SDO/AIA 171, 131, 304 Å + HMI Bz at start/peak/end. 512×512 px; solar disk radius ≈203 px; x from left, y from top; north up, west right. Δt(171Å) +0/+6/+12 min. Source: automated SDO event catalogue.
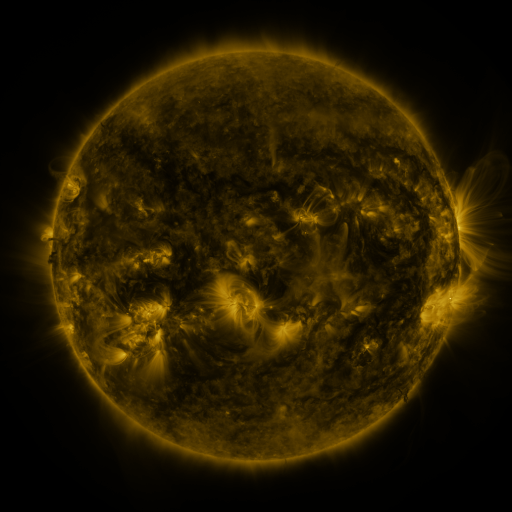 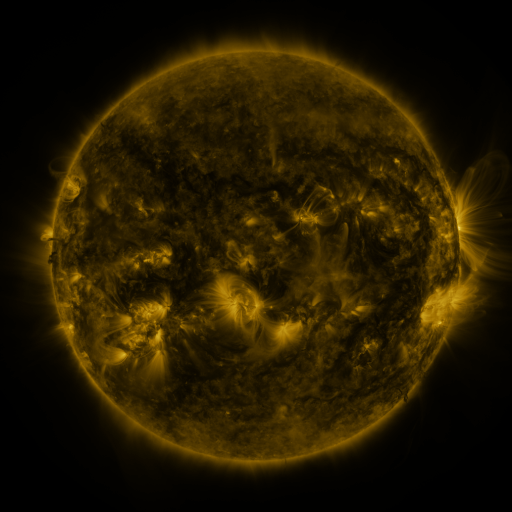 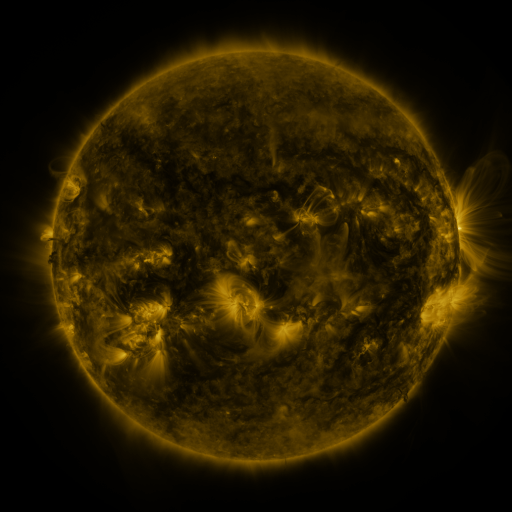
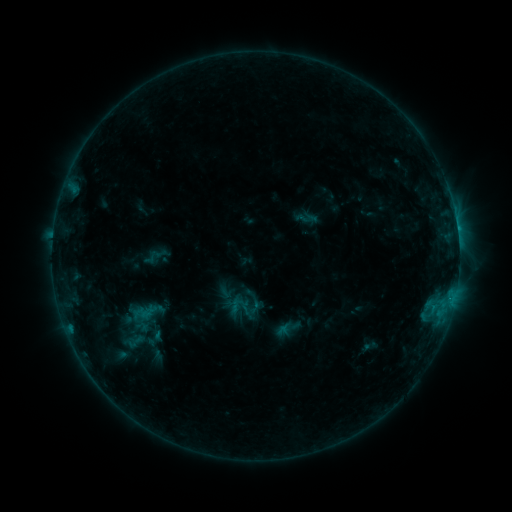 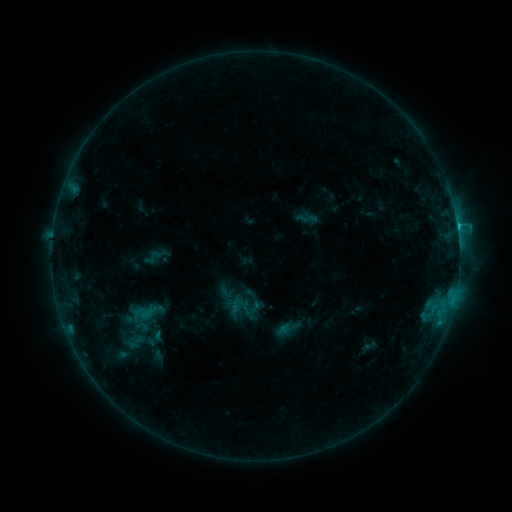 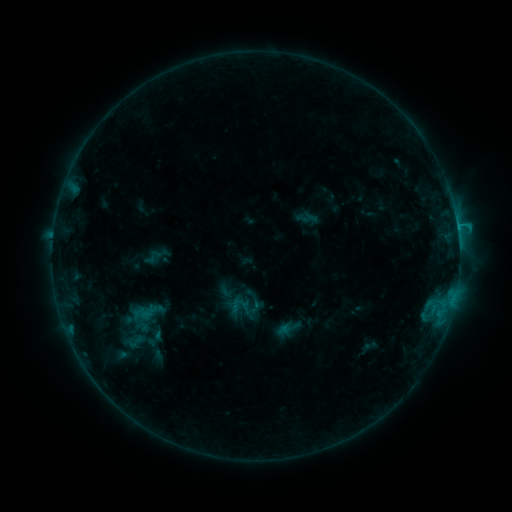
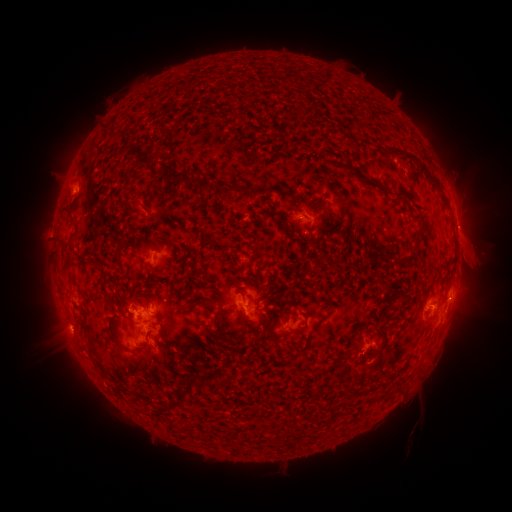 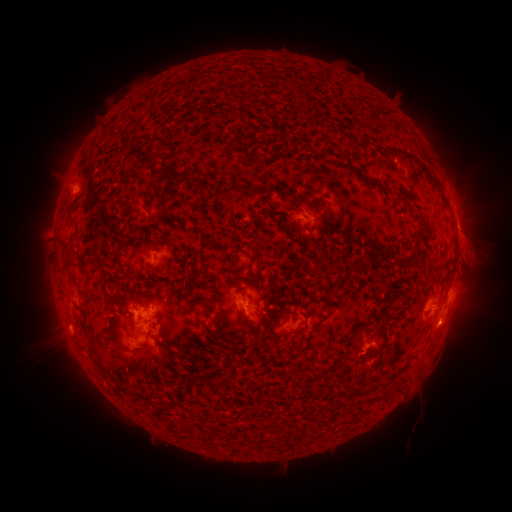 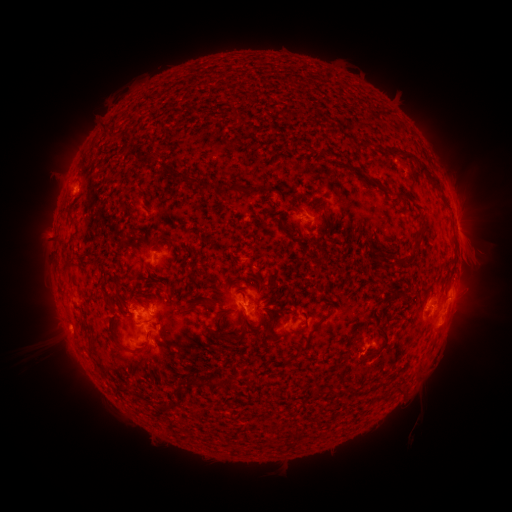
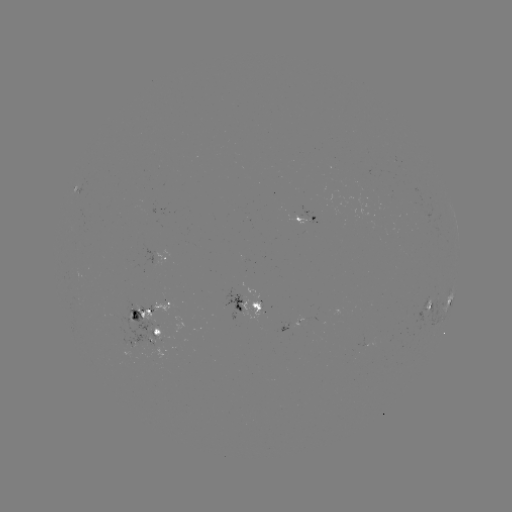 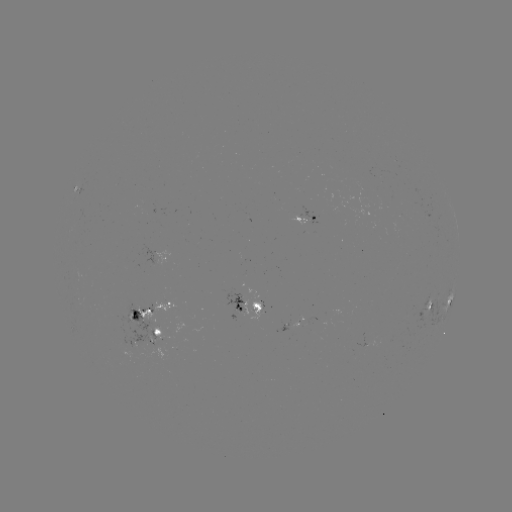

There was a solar flare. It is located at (457, 228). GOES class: C1.3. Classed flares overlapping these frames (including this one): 1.